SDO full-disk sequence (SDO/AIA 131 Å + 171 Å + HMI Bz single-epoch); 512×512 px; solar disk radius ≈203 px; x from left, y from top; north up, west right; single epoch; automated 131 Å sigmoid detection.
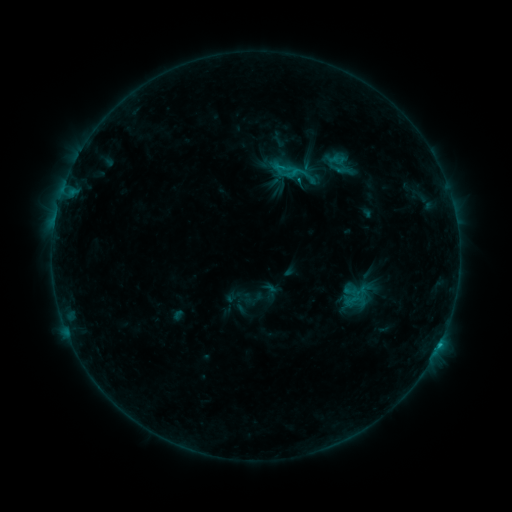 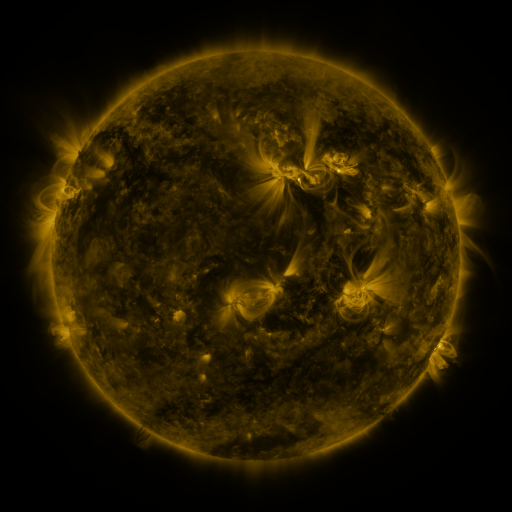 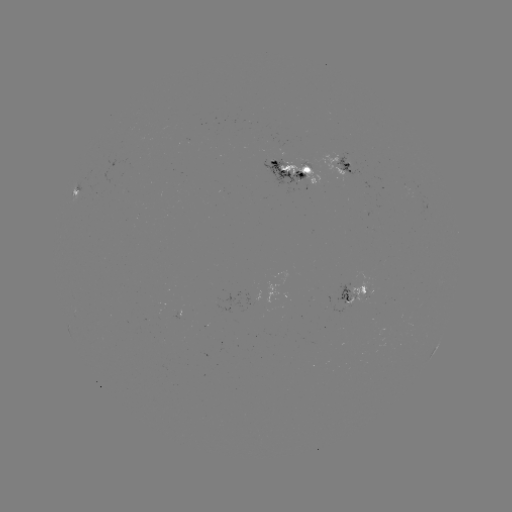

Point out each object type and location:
sigmoid: (297, 172)
